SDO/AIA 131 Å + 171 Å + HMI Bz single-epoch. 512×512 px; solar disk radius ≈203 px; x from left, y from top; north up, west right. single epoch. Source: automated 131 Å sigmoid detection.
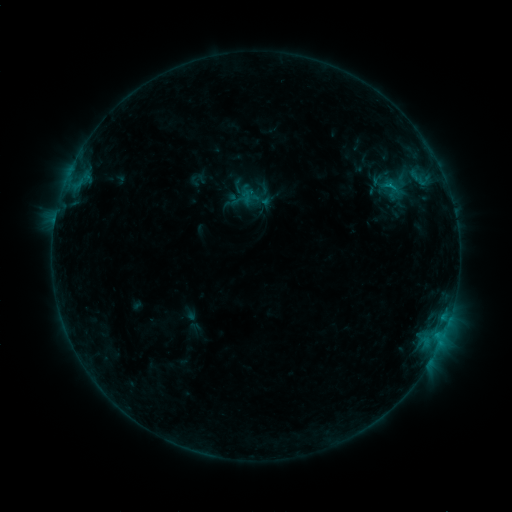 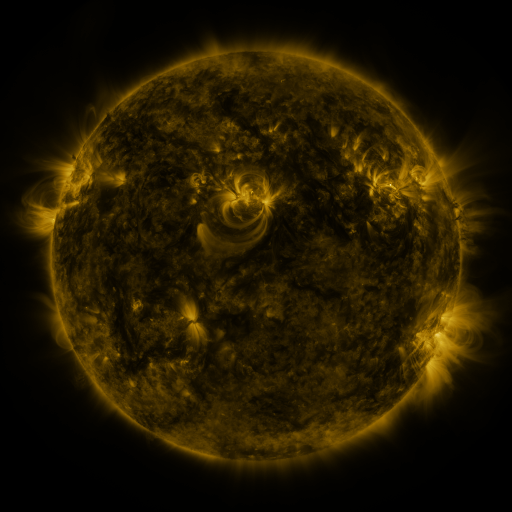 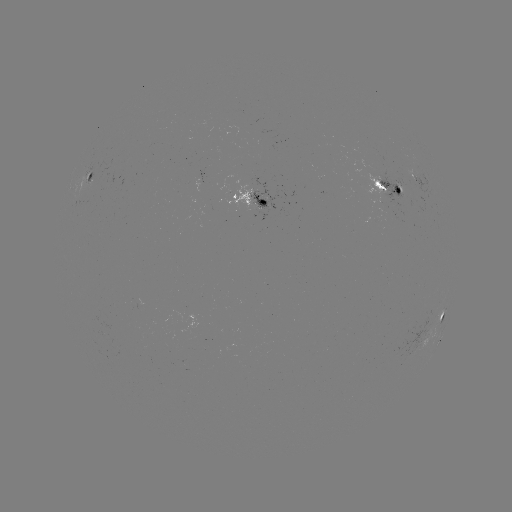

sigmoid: <bbox>375, 174, 406, 199</bbox>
